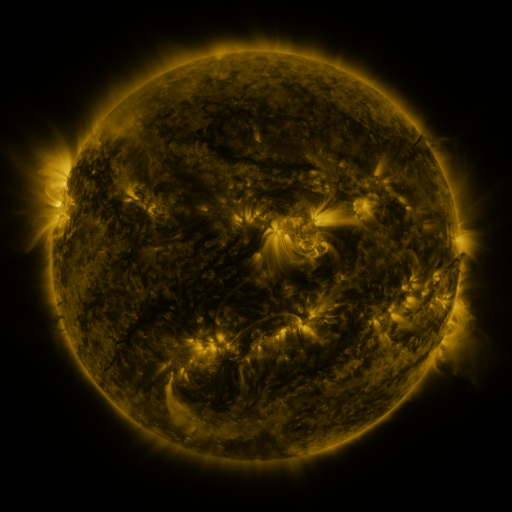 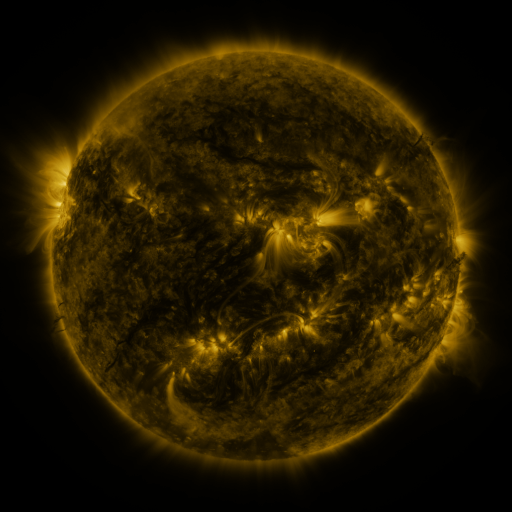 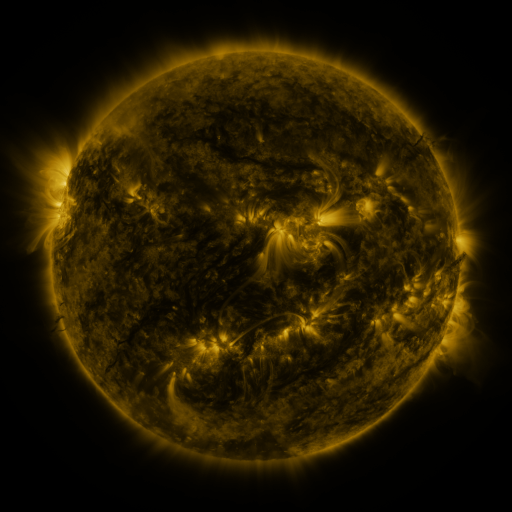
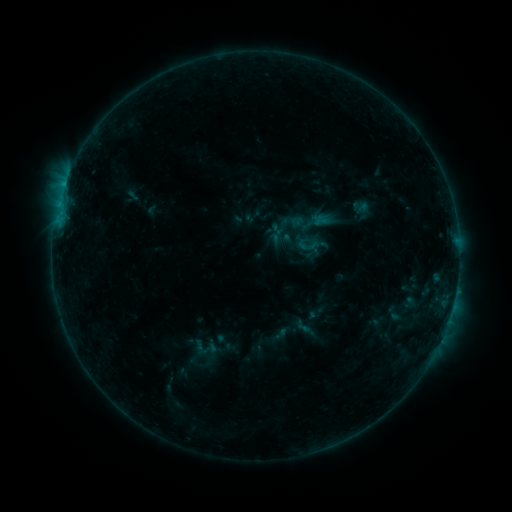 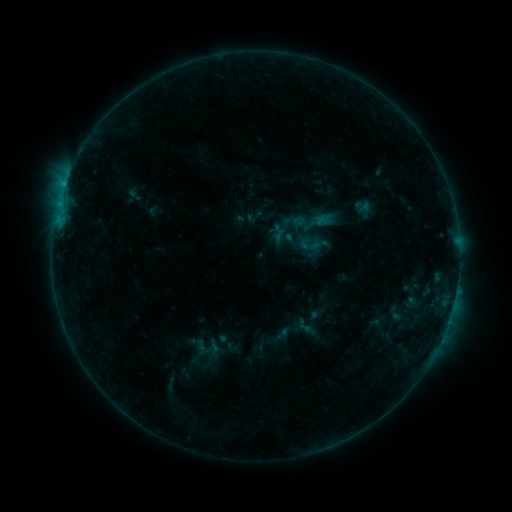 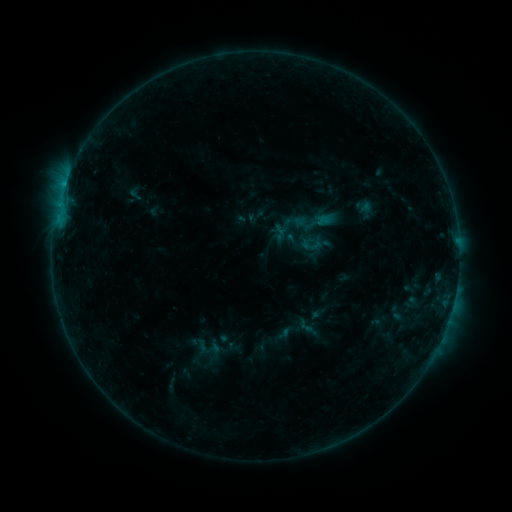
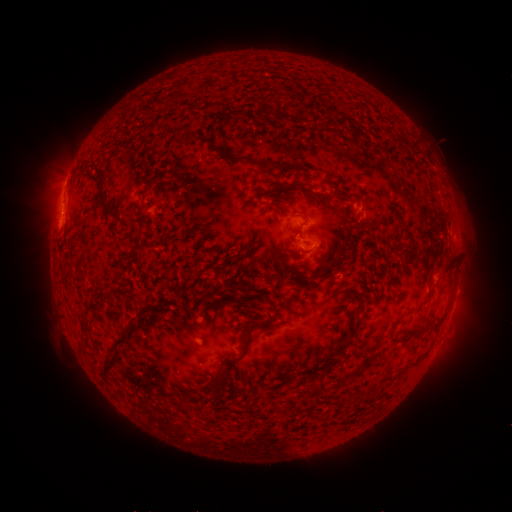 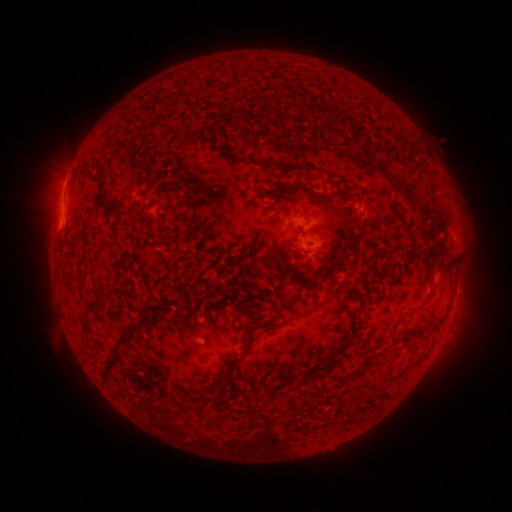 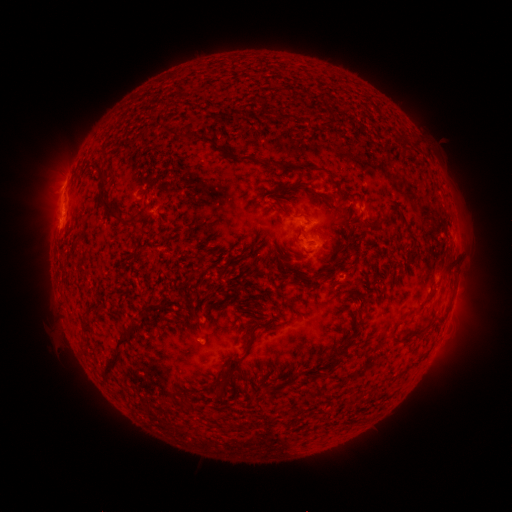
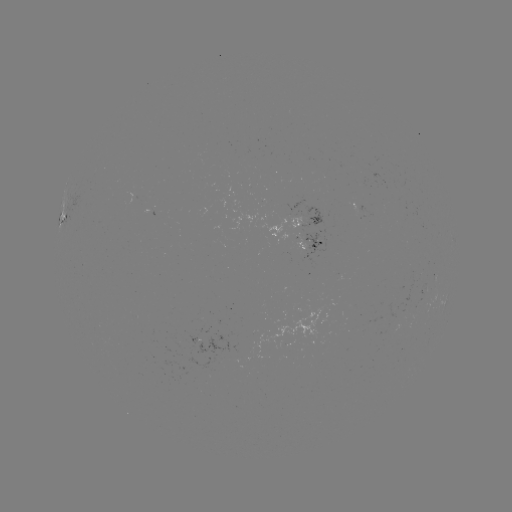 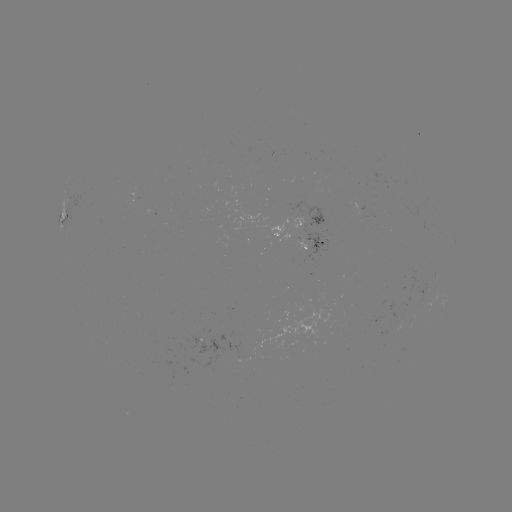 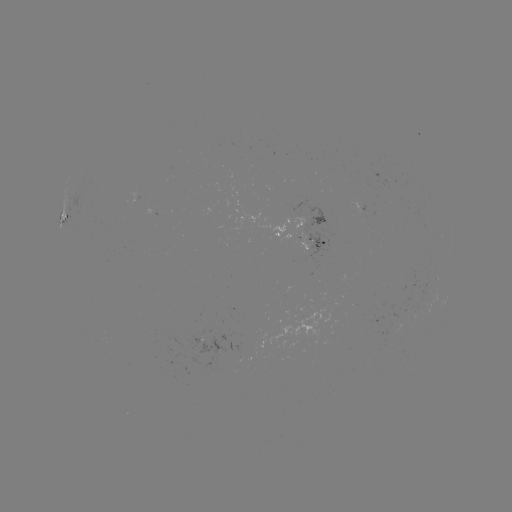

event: emerging-flux region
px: (364, 211)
